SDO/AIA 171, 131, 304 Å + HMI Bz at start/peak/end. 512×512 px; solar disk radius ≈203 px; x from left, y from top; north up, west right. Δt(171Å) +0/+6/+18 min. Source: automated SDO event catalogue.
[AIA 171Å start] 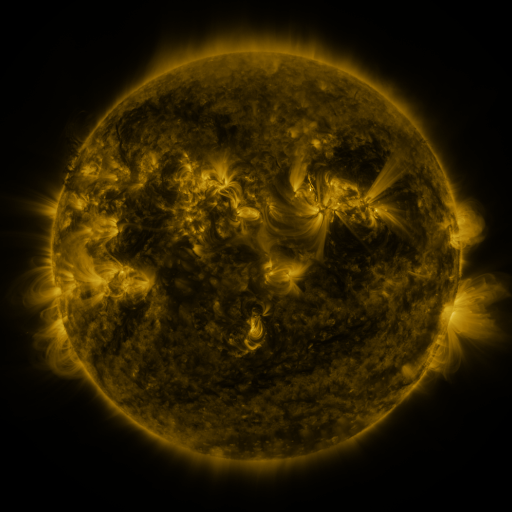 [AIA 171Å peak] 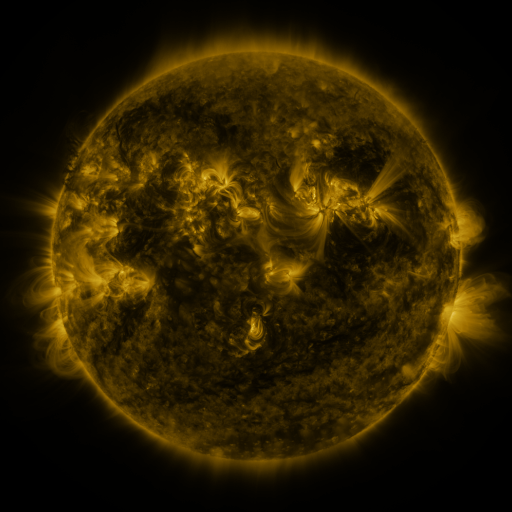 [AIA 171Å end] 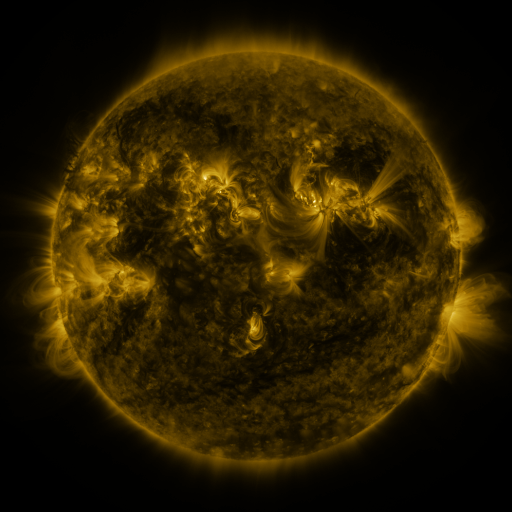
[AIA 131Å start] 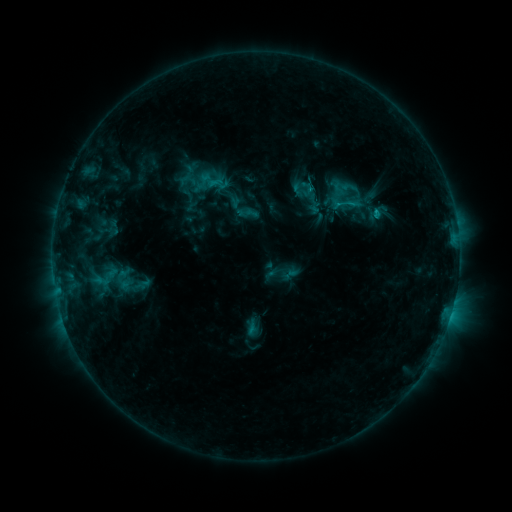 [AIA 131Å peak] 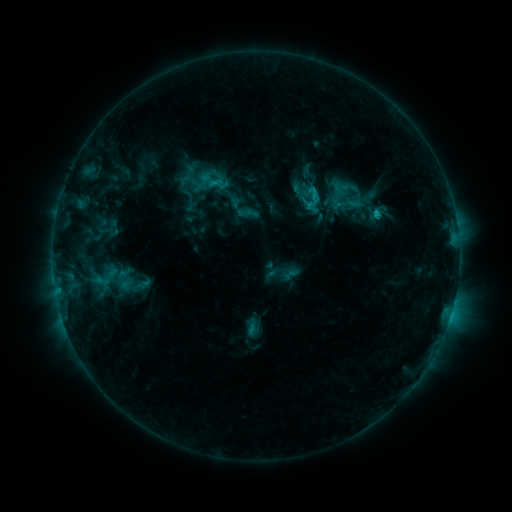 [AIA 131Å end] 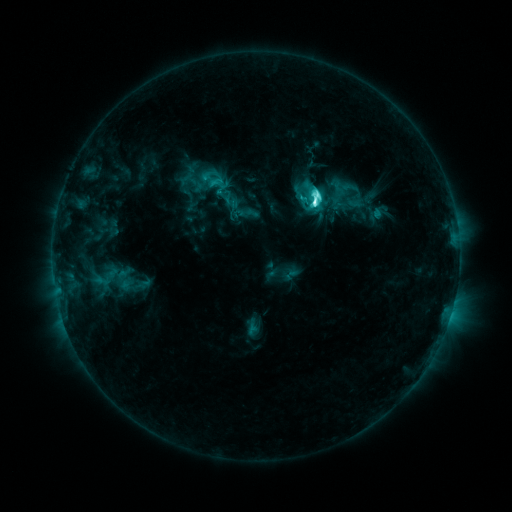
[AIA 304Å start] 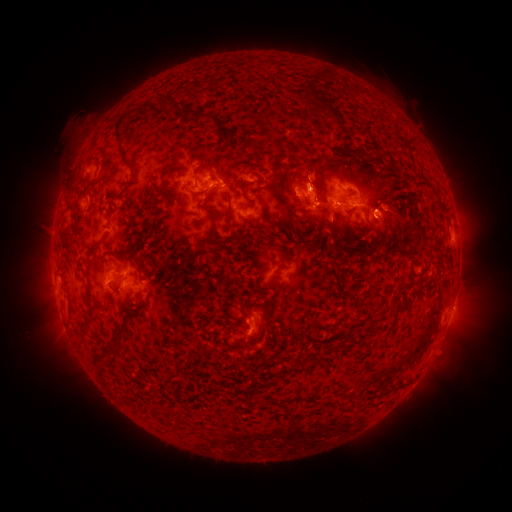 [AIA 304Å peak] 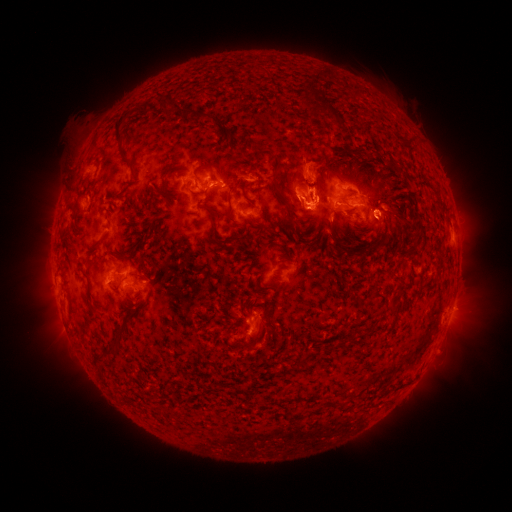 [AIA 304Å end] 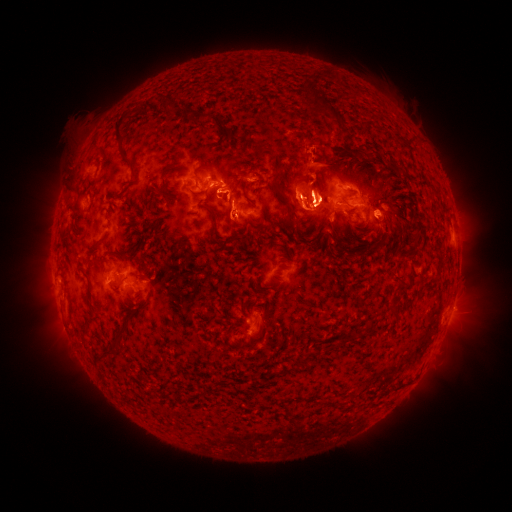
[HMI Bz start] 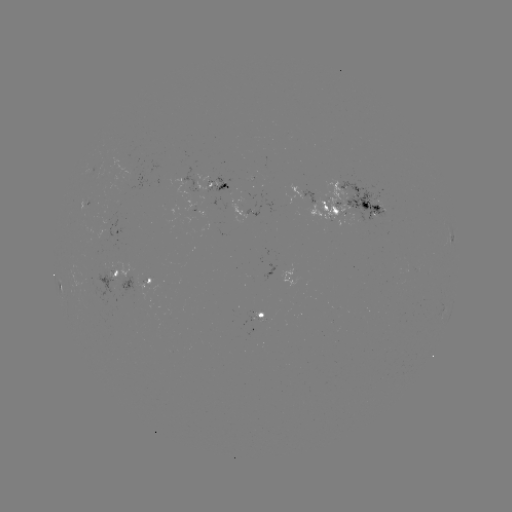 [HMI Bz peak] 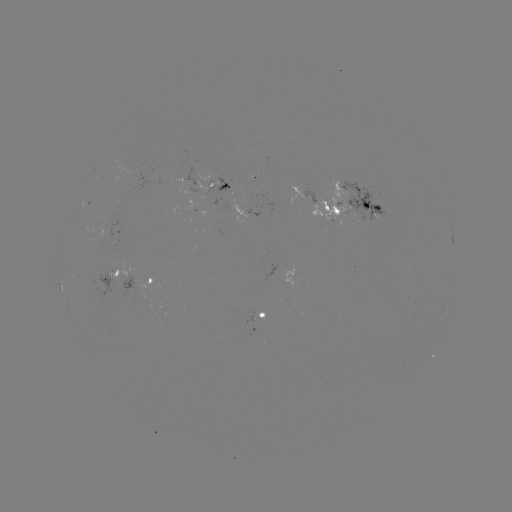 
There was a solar eruption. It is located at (306, 183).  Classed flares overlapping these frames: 1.